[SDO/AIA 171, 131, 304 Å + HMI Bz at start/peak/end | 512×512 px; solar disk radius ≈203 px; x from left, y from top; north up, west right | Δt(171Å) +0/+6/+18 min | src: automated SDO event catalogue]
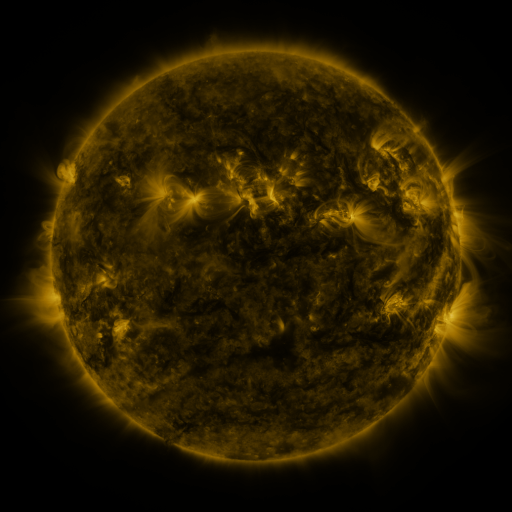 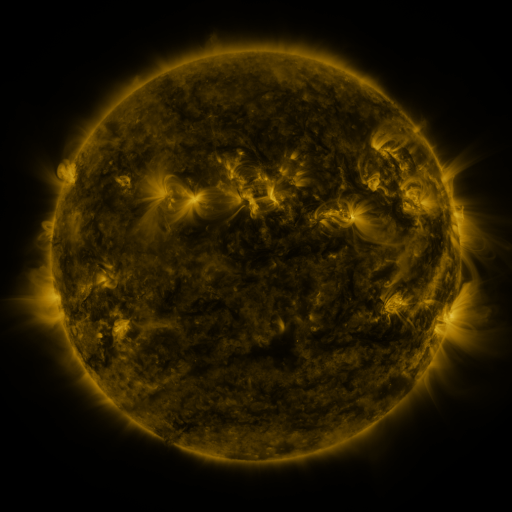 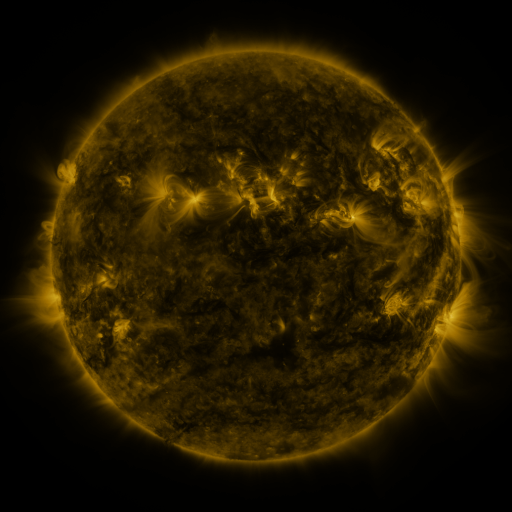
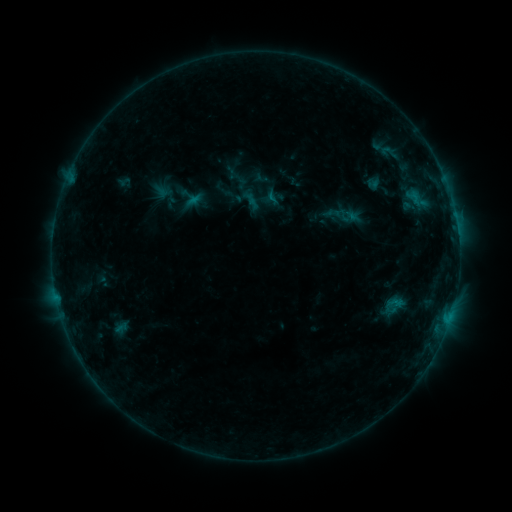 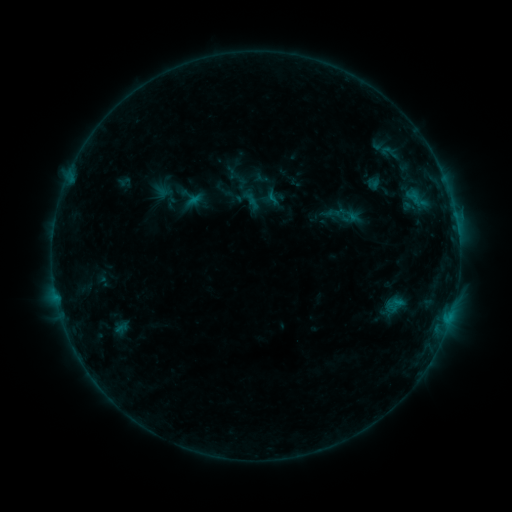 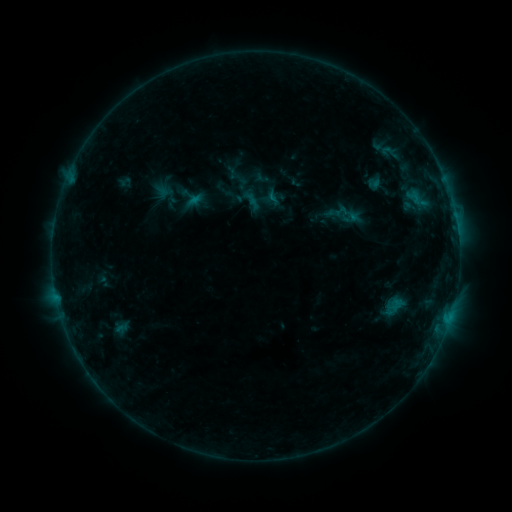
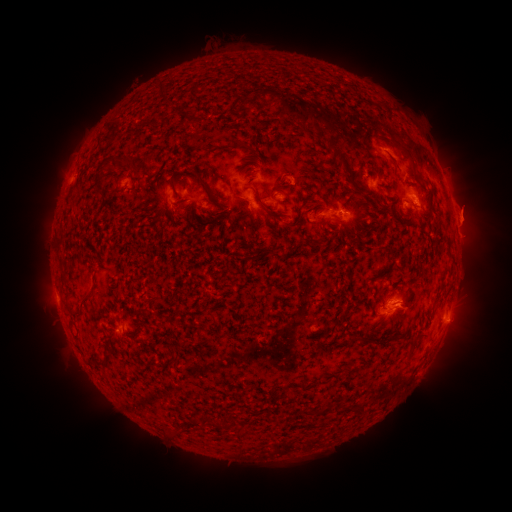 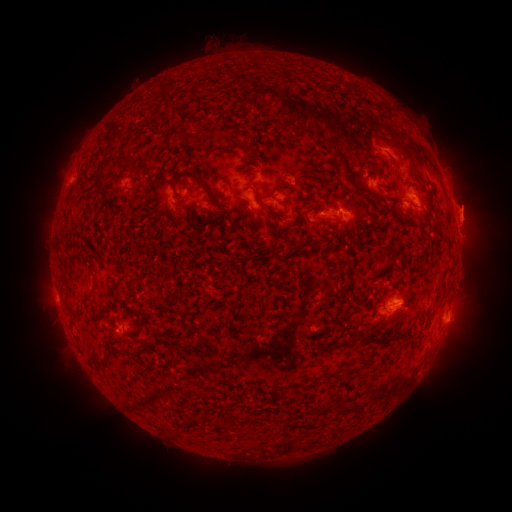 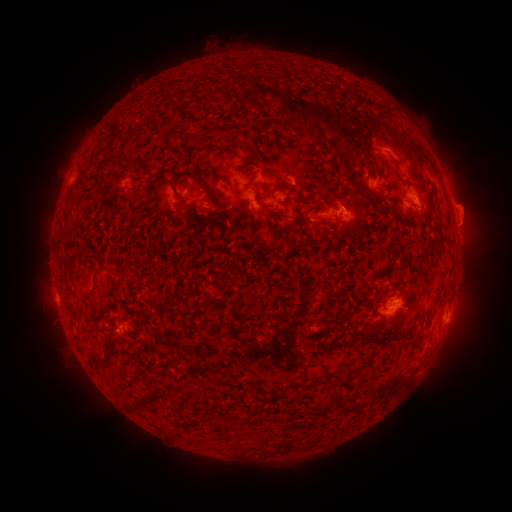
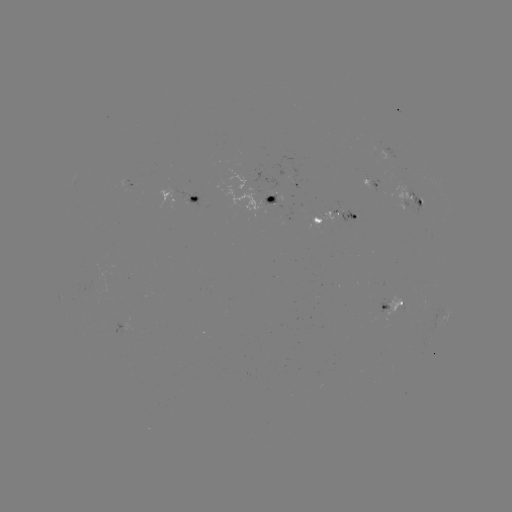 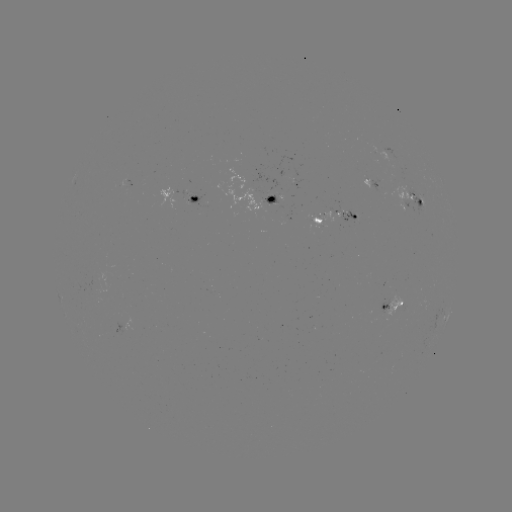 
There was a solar eruption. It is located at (471, 212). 